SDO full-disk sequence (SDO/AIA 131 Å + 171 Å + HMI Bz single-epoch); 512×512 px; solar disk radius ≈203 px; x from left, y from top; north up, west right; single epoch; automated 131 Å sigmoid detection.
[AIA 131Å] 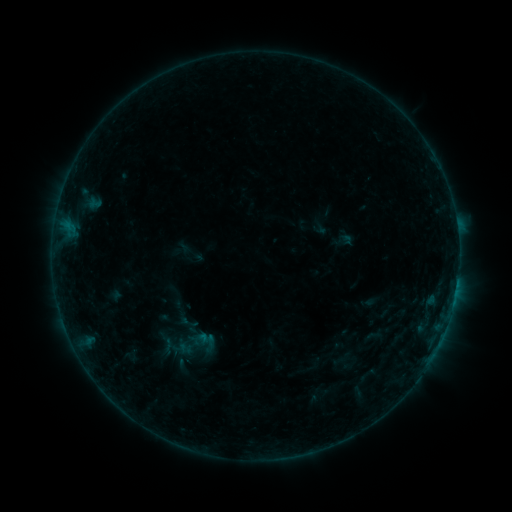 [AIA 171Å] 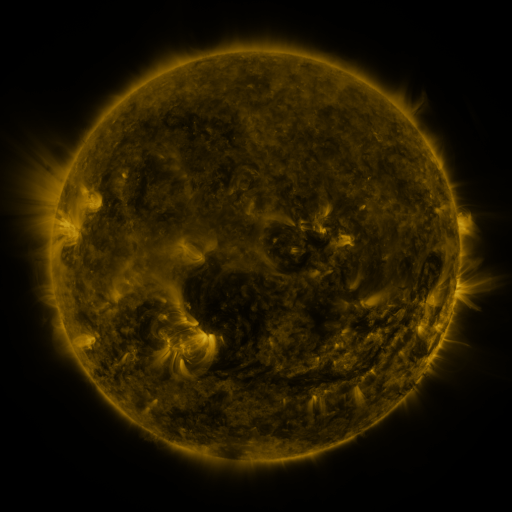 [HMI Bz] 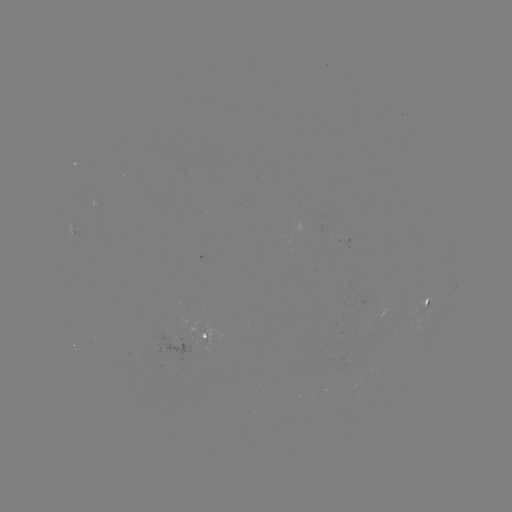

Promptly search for sigmoid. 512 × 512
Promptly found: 194,345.